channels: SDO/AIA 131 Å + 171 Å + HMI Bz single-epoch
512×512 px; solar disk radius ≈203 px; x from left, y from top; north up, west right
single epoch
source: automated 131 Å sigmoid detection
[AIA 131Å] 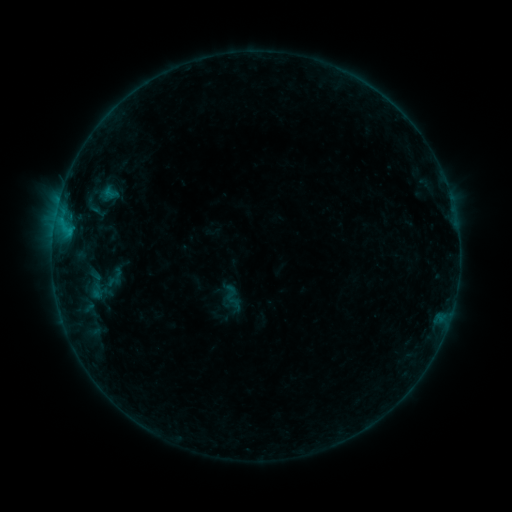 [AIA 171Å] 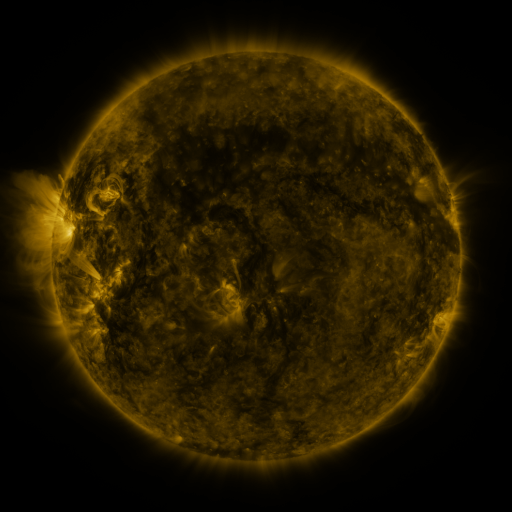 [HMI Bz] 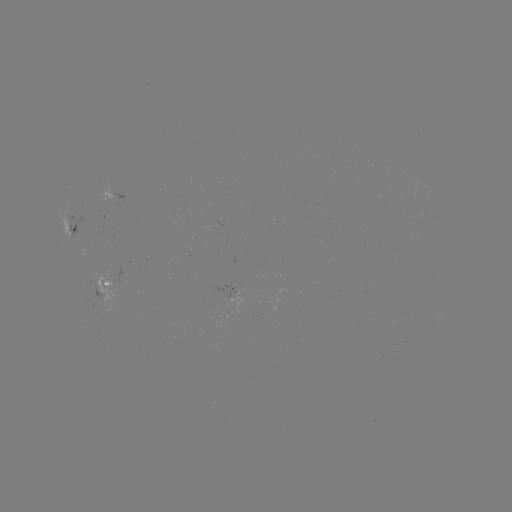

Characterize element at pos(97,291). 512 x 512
sigmoid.